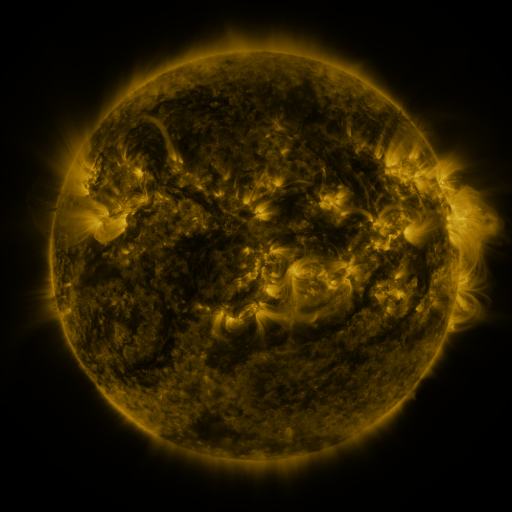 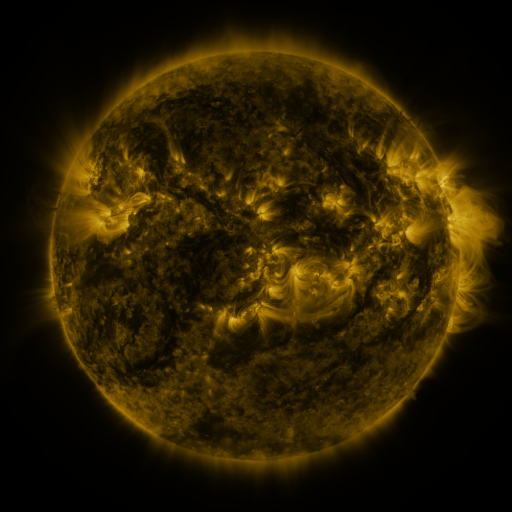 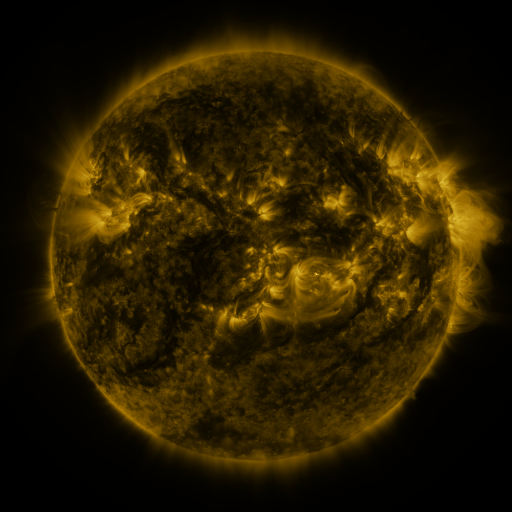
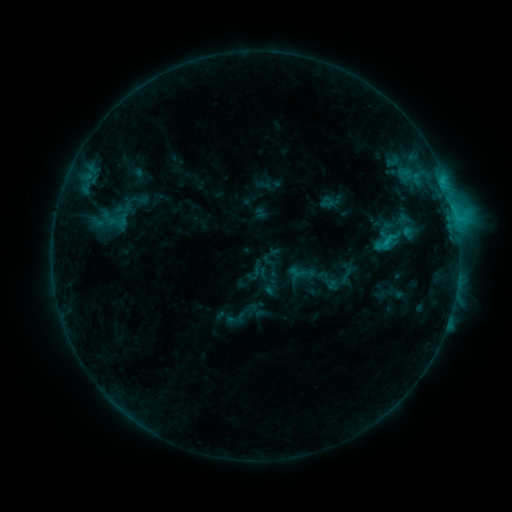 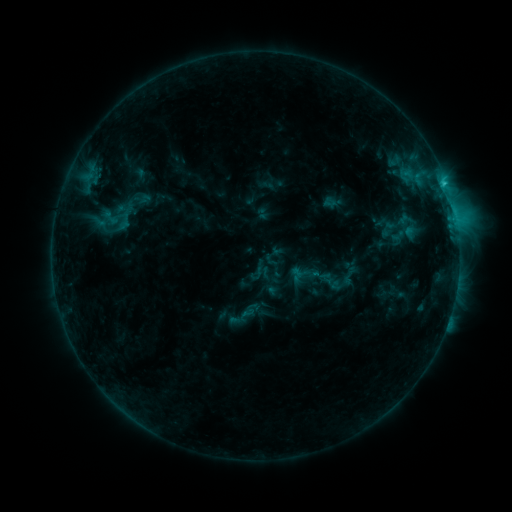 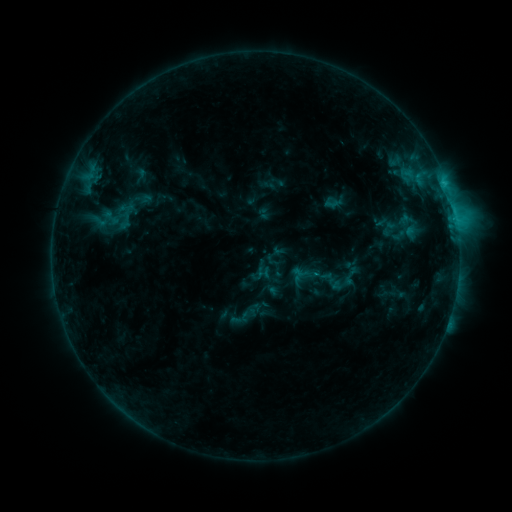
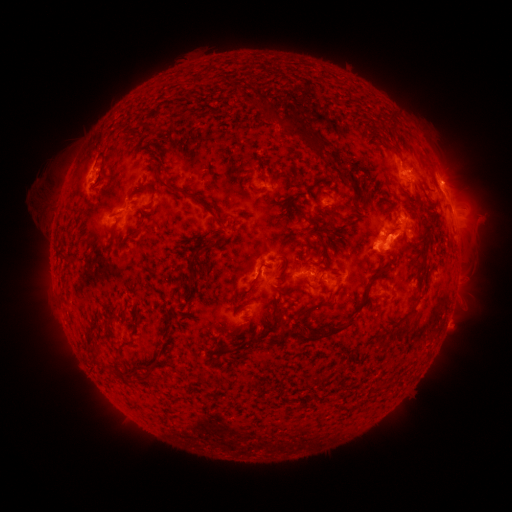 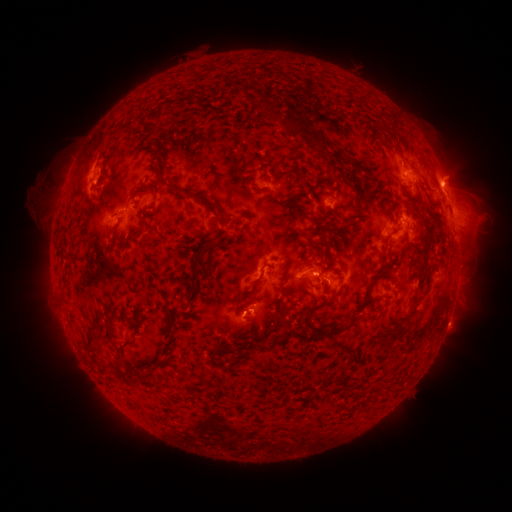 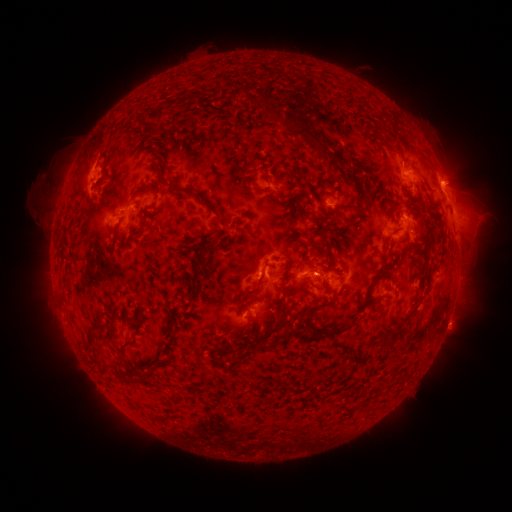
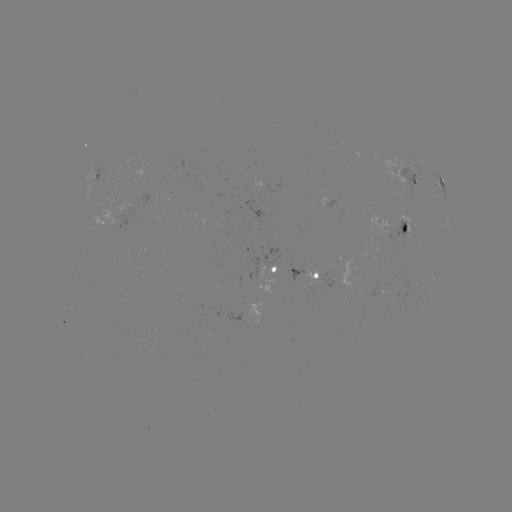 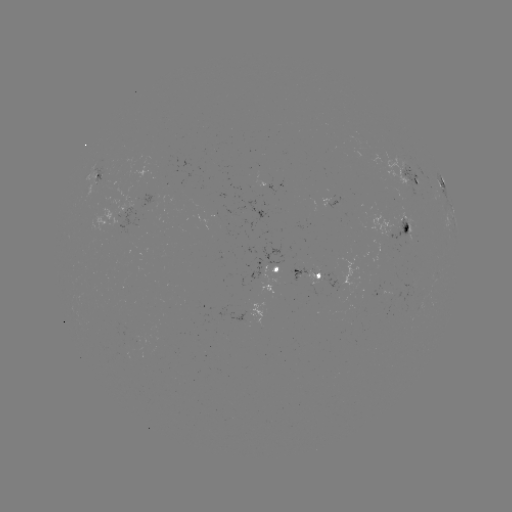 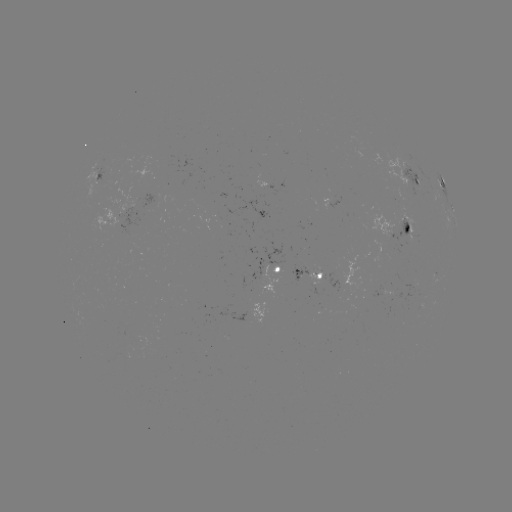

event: emerging-flux region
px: (284, 264)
